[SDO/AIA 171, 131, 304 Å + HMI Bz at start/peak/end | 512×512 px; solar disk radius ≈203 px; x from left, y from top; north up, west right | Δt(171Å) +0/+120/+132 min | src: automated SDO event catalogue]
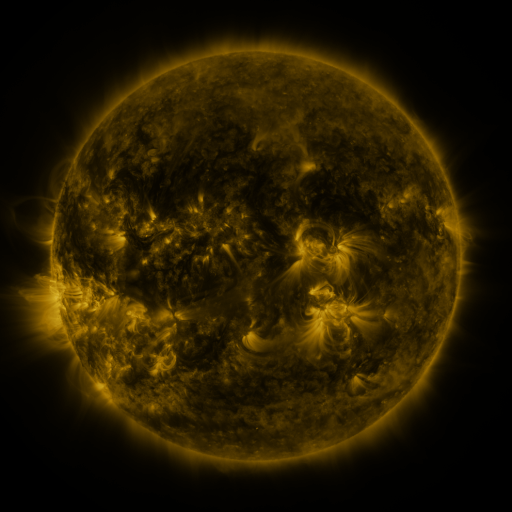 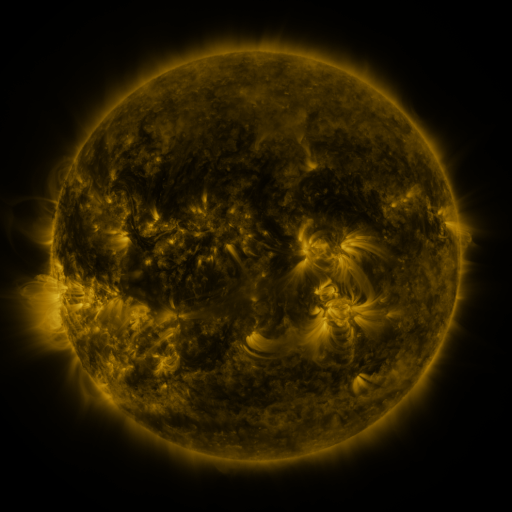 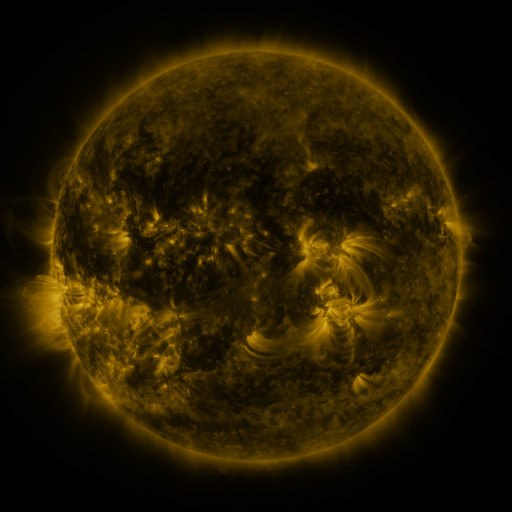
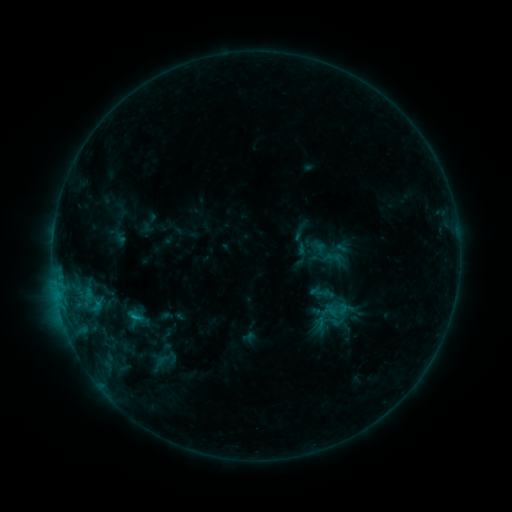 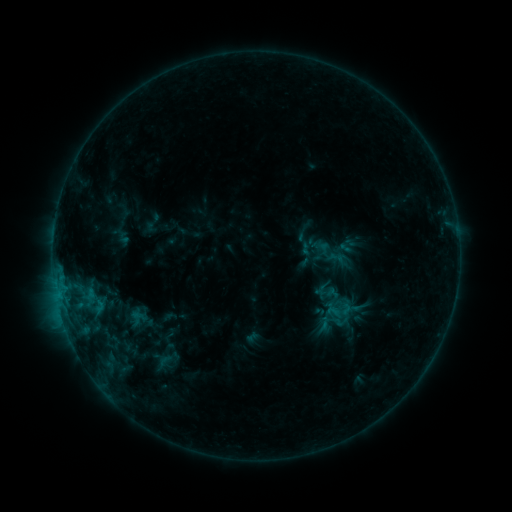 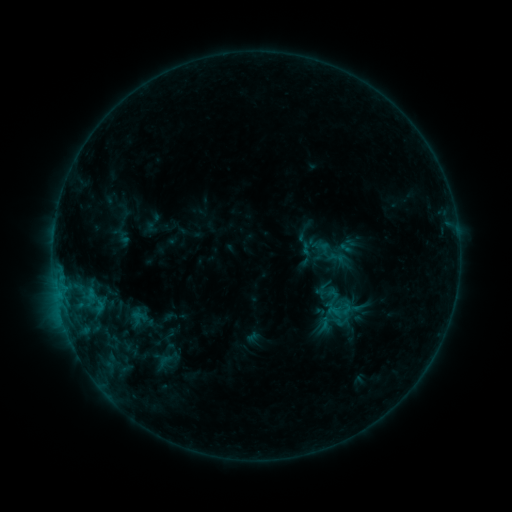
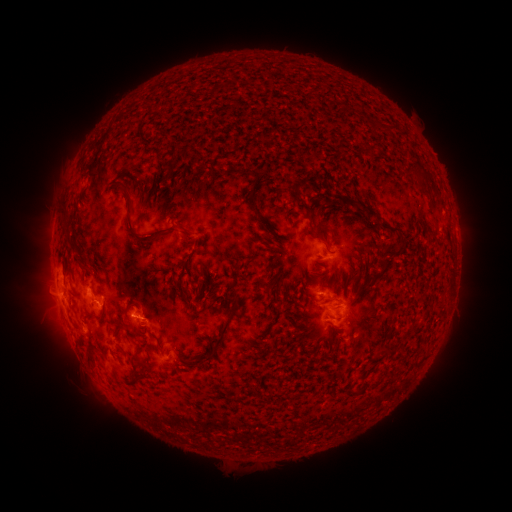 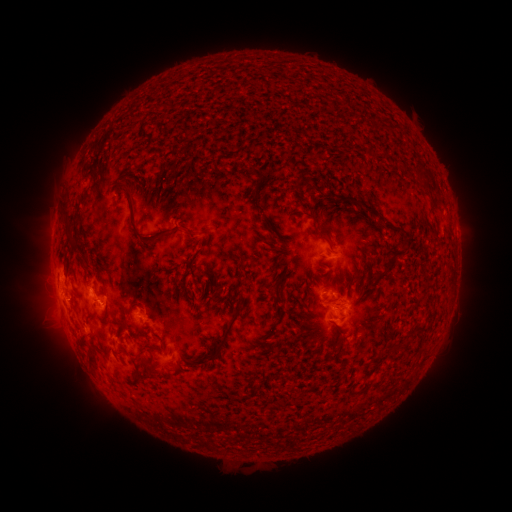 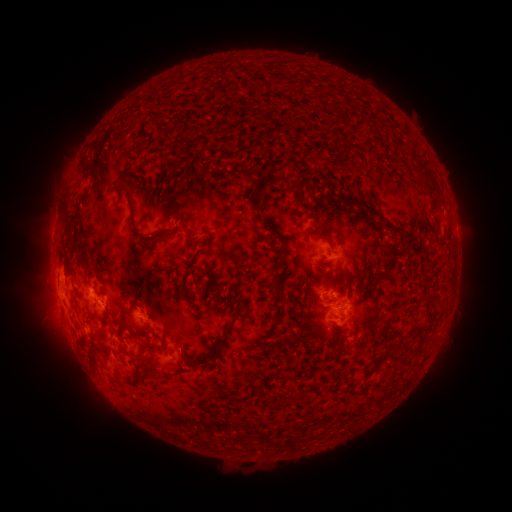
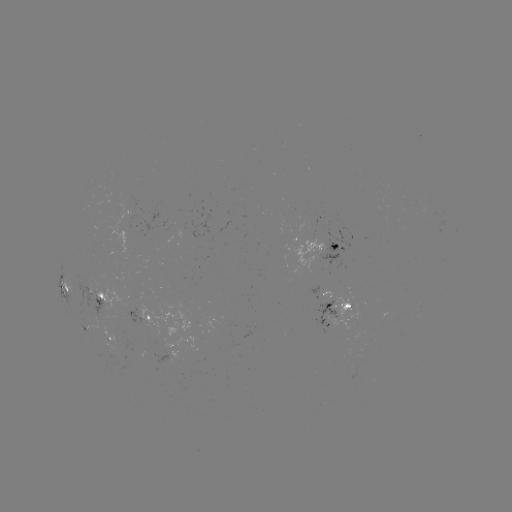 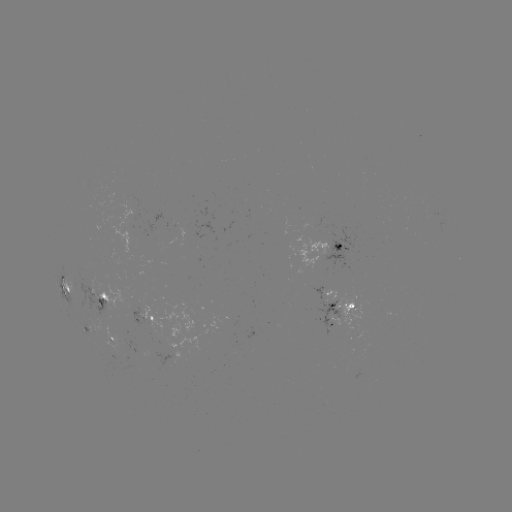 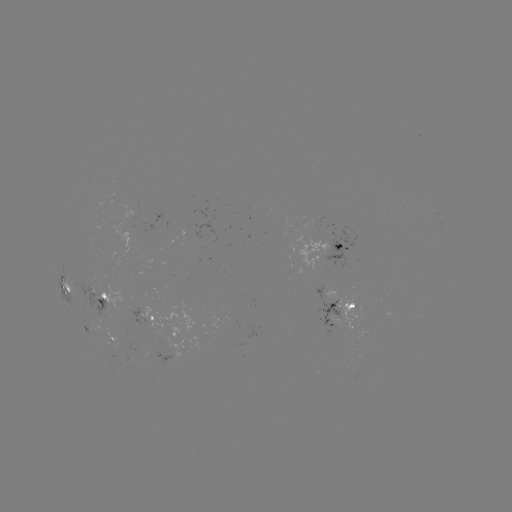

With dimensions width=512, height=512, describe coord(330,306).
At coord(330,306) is emerging-flux region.